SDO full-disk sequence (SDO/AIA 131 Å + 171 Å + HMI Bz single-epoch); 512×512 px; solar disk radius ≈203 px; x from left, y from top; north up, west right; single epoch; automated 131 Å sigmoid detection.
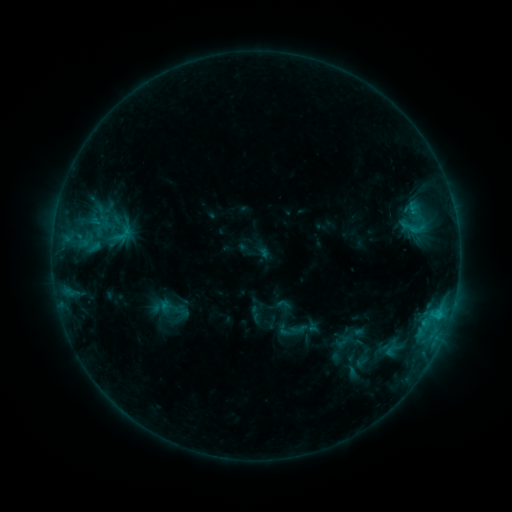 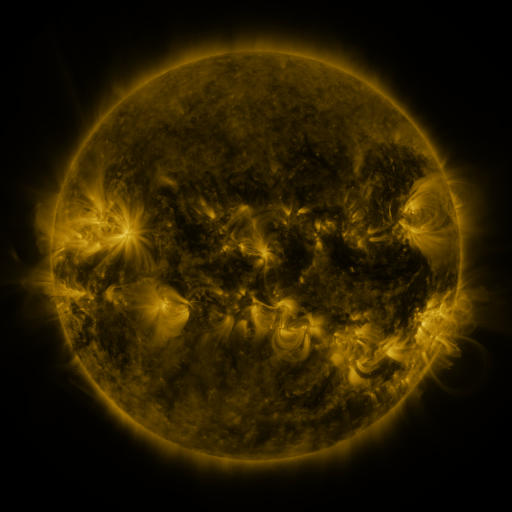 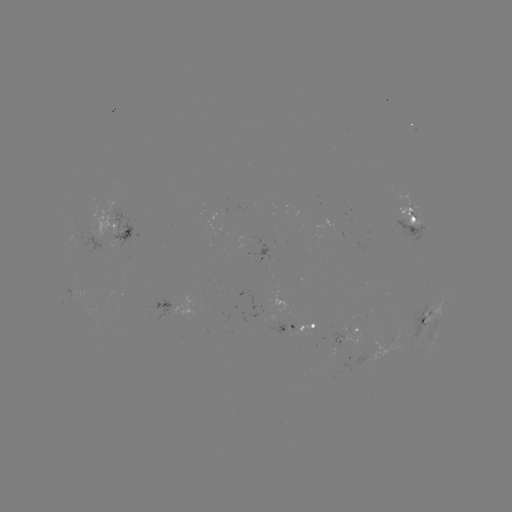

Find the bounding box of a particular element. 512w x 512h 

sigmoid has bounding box [394, 212, 432, 241].